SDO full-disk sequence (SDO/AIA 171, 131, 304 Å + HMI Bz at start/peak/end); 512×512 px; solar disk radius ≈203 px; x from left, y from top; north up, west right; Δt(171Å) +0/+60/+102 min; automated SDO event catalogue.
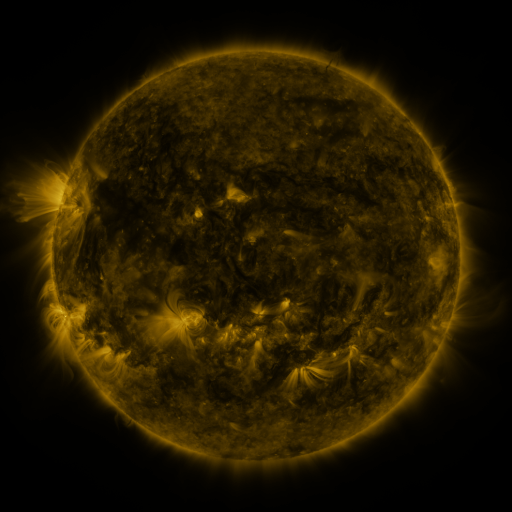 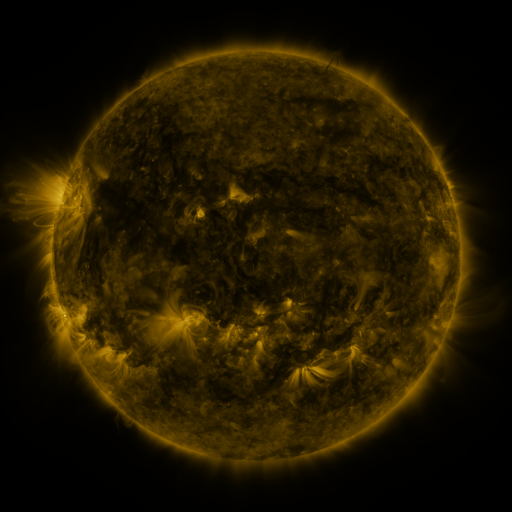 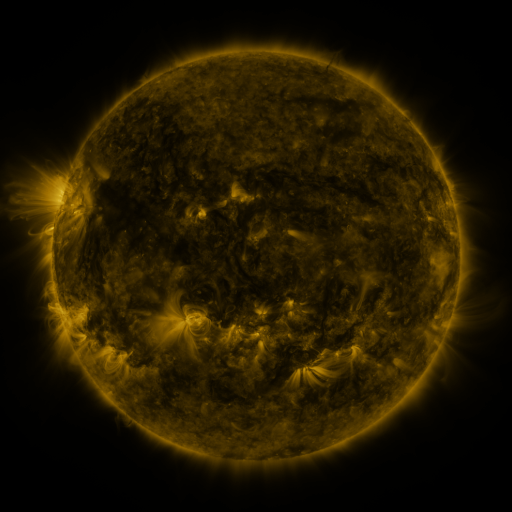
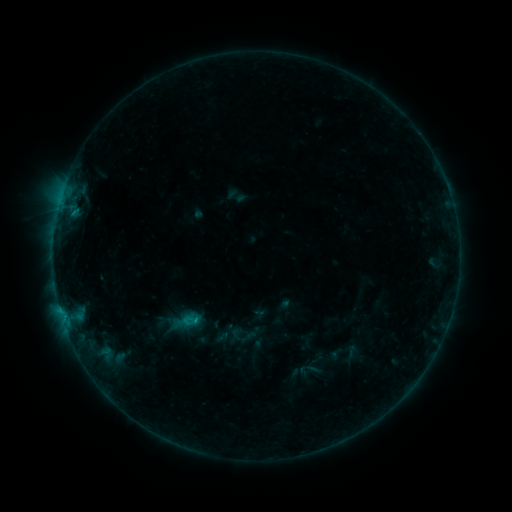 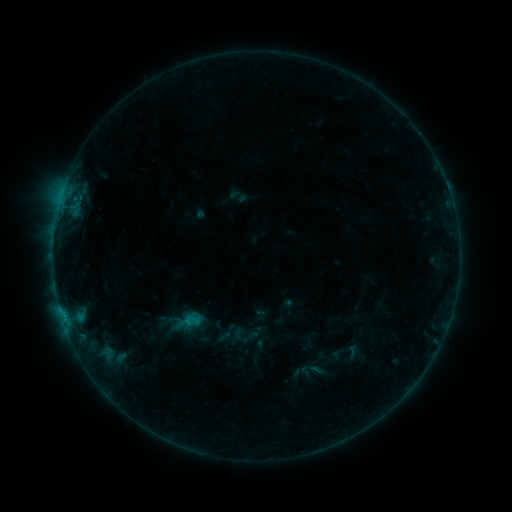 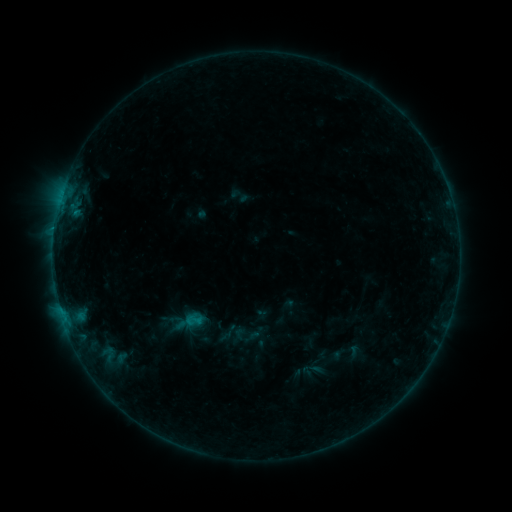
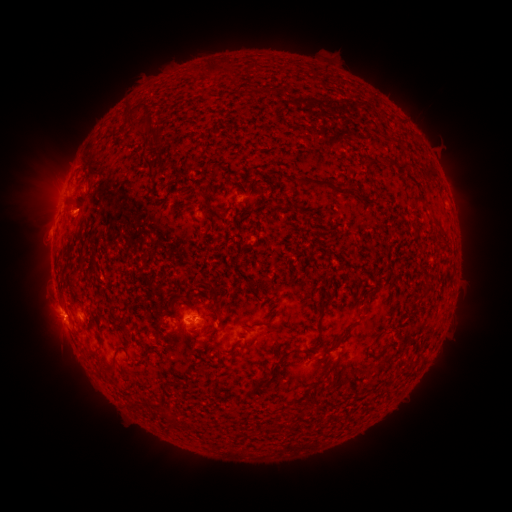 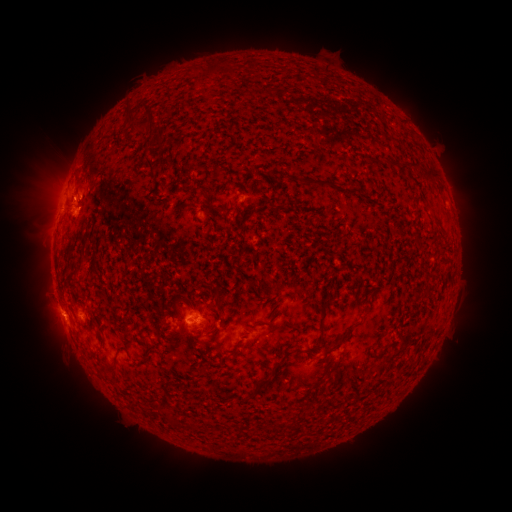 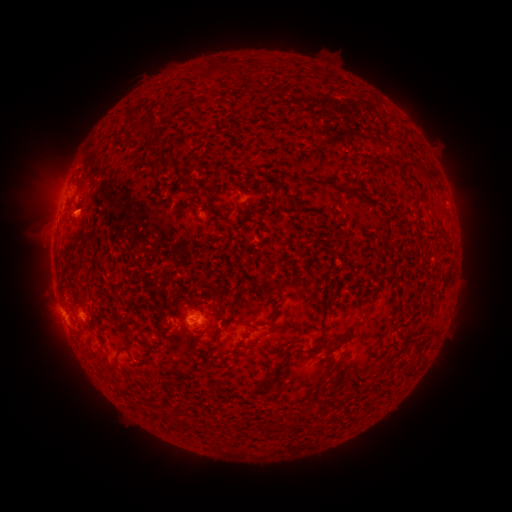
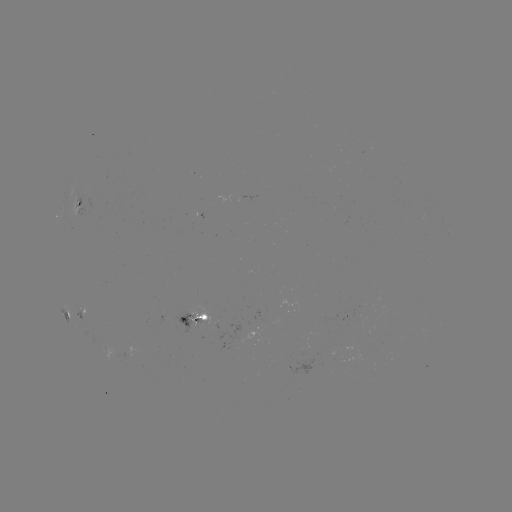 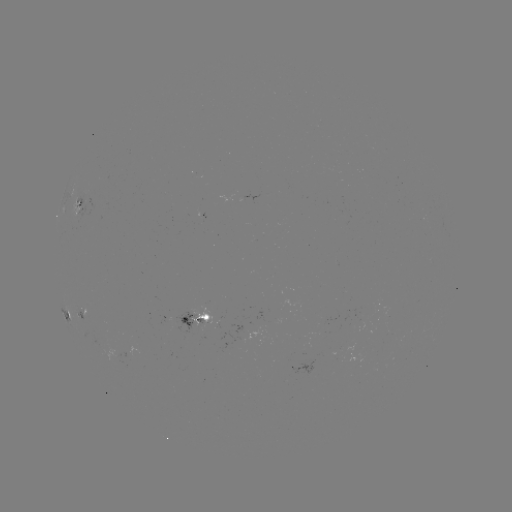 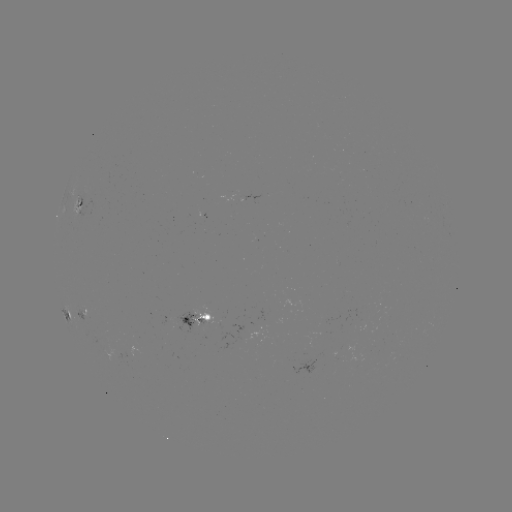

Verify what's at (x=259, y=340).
emerging-flux region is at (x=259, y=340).